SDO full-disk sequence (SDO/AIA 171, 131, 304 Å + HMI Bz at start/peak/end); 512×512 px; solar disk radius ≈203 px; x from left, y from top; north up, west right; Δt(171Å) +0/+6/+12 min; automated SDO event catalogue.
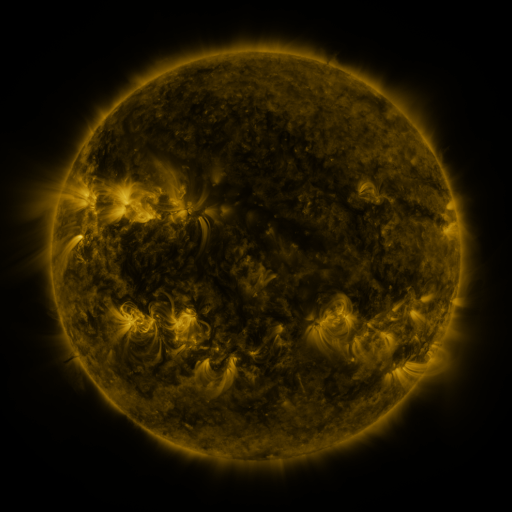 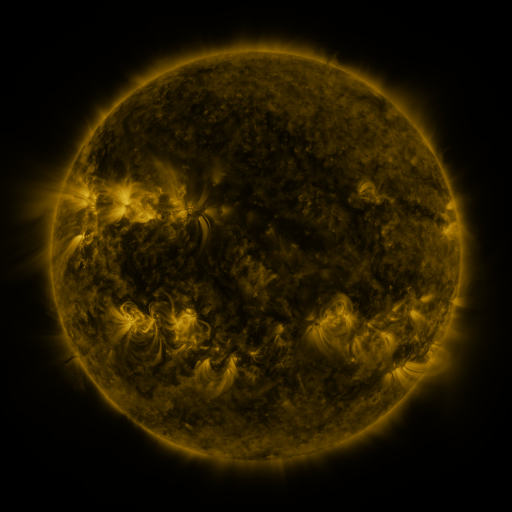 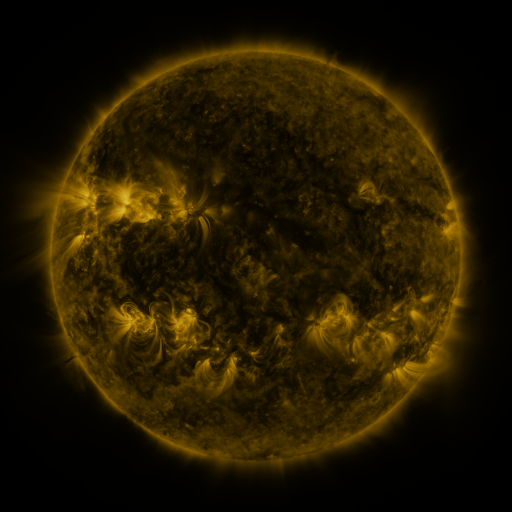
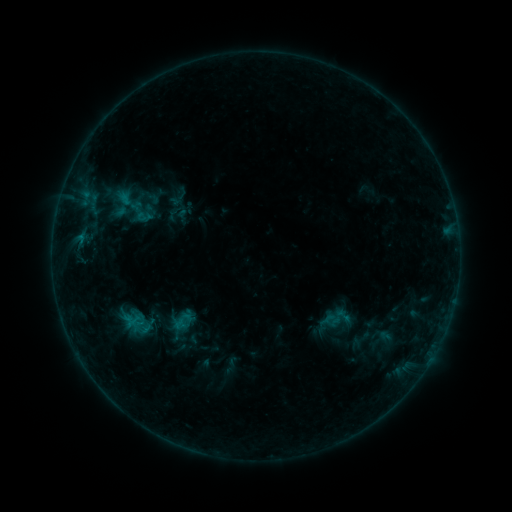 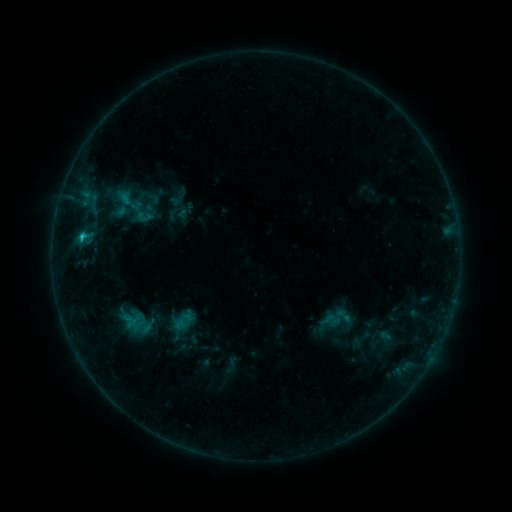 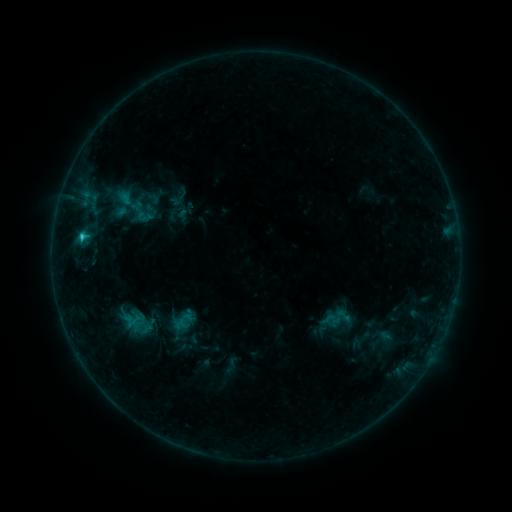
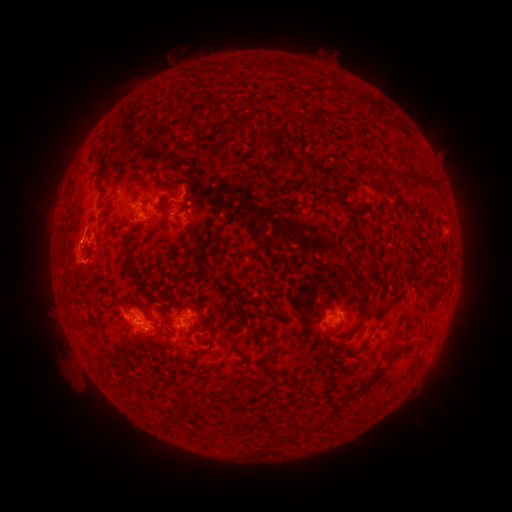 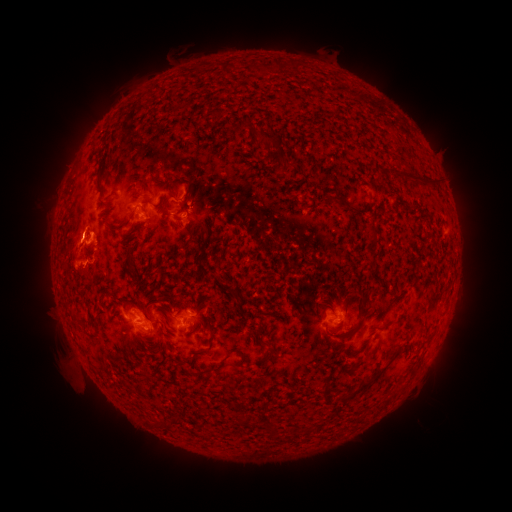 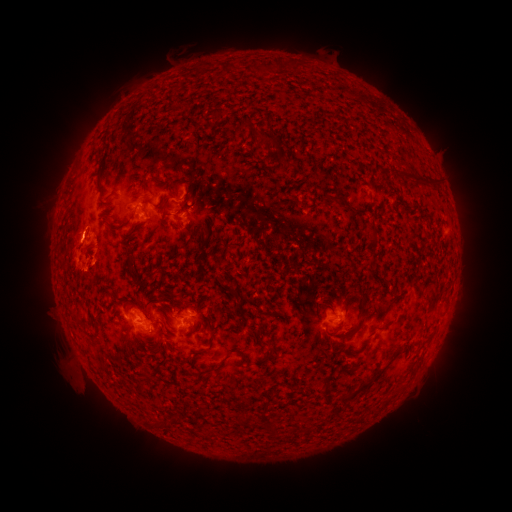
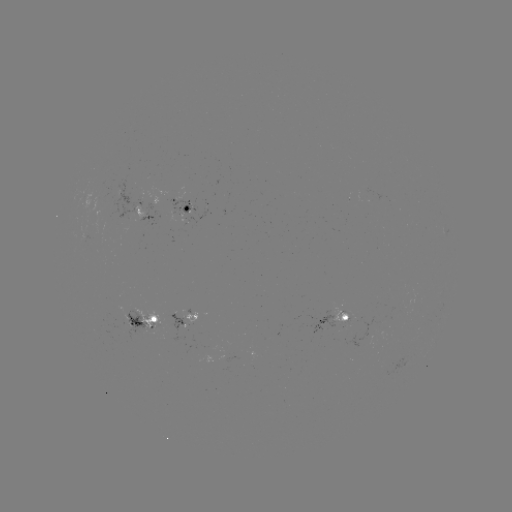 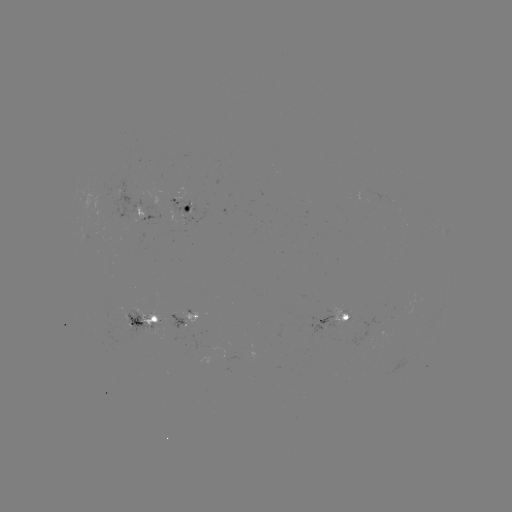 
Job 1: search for C1.3 flare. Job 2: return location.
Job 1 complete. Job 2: (82, 239).